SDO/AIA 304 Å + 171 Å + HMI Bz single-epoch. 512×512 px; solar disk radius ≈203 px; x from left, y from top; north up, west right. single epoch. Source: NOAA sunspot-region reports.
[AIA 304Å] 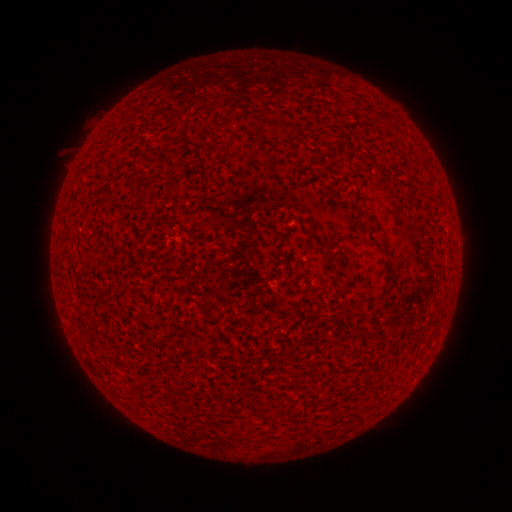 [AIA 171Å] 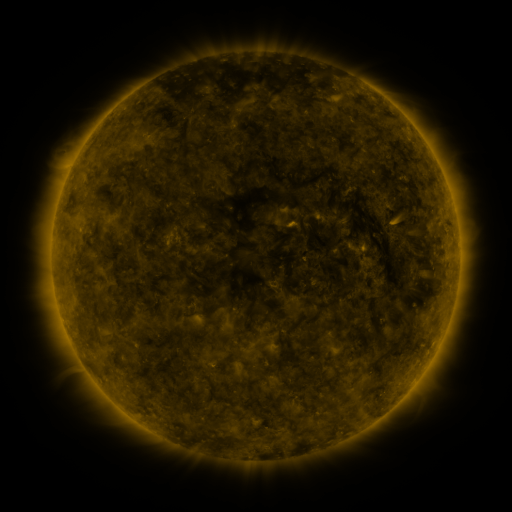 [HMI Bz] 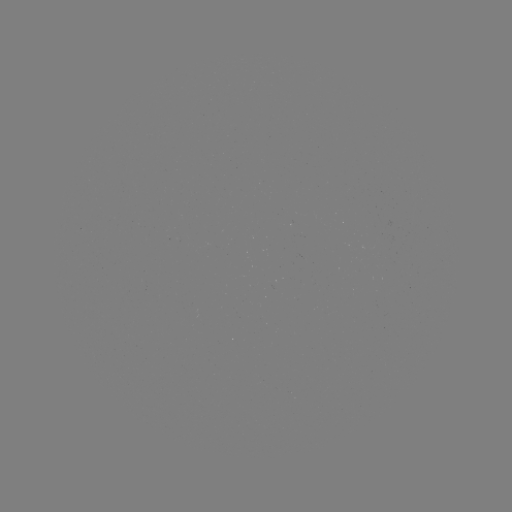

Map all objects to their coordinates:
(none)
